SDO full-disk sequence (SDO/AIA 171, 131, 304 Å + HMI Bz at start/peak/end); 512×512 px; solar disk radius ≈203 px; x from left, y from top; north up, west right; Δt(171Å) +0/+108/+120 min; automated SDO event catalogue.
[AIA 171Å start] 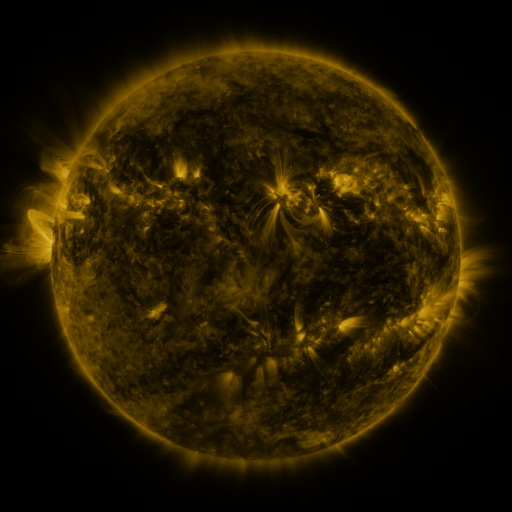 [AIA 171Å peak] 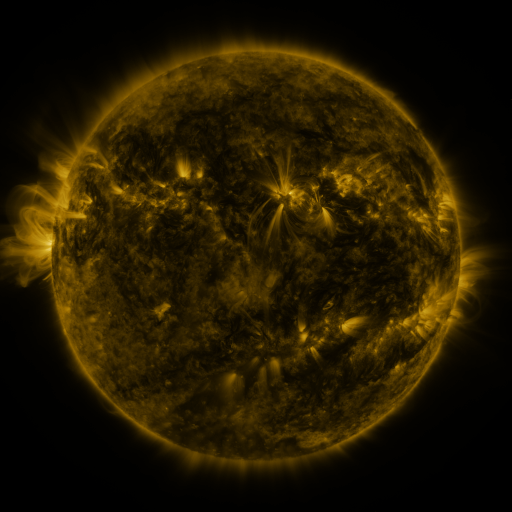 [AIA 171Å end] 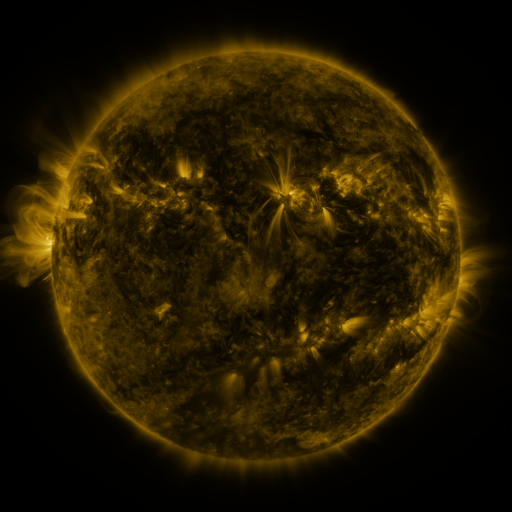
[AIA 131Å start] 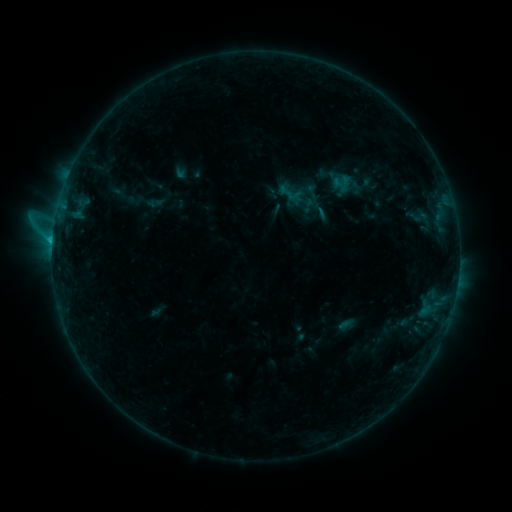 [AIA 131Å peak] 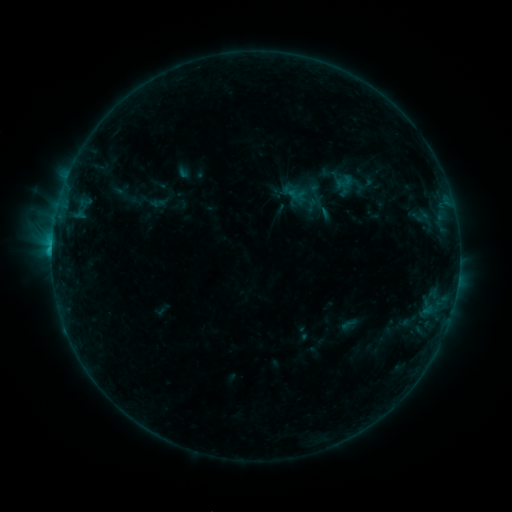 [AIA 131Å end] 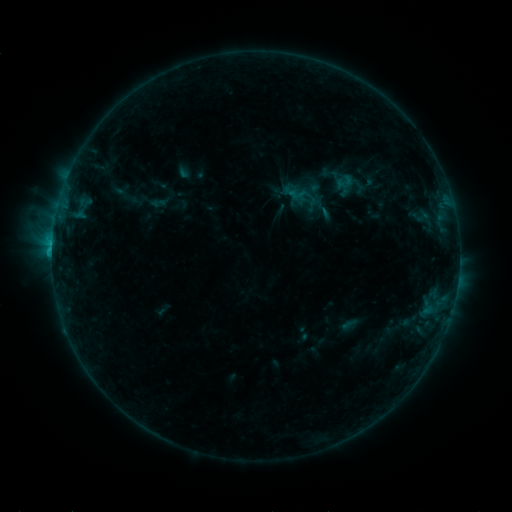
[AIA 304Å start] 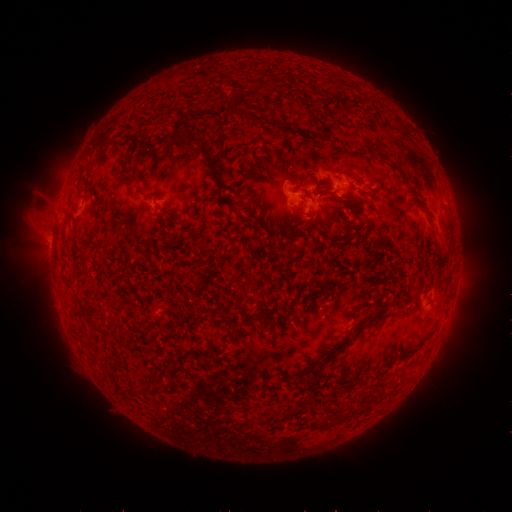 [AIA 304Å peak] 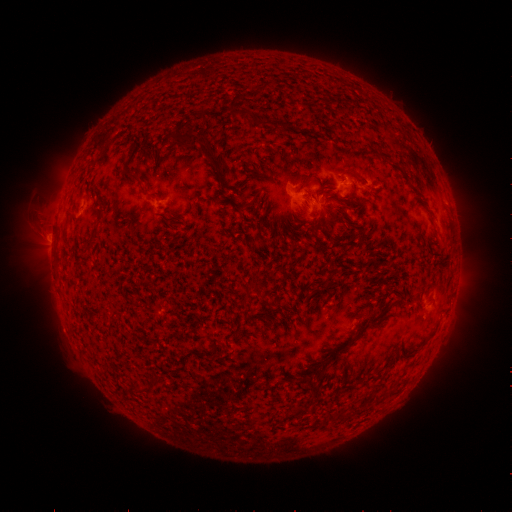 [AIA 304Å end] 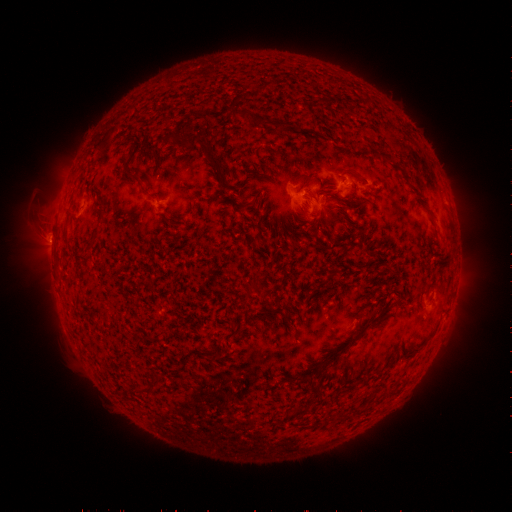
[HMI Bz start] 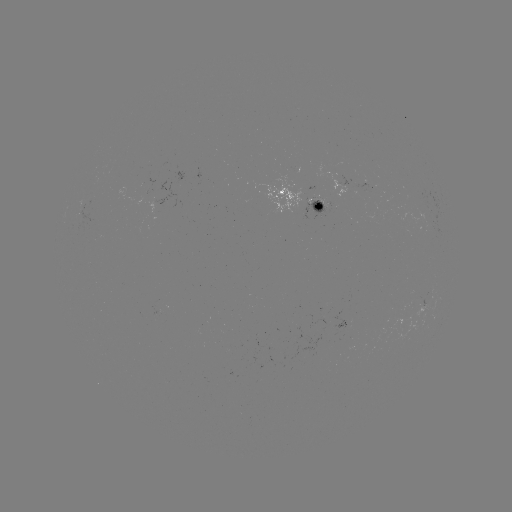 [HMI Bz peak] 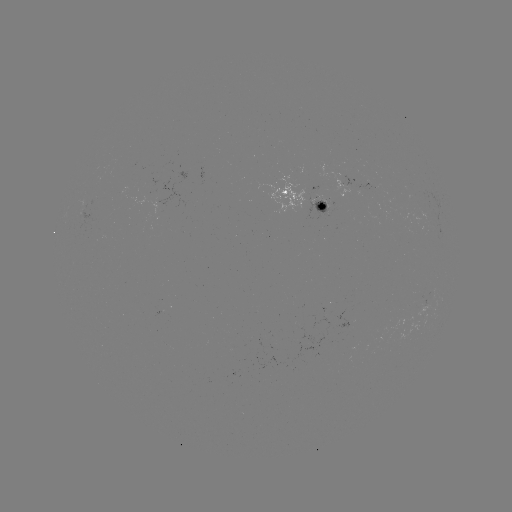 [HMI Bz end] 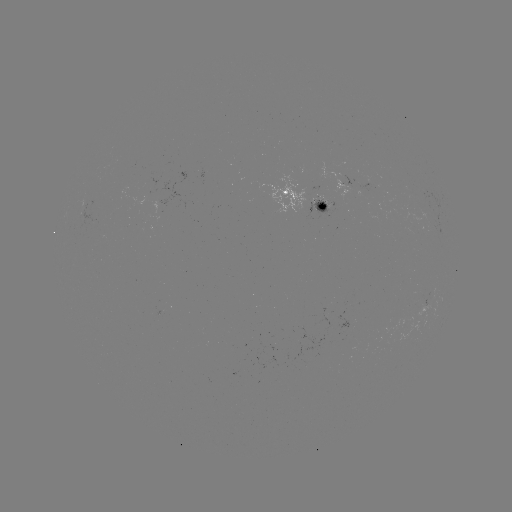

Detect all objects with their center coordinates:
emerging-flux region: (313, 205)
